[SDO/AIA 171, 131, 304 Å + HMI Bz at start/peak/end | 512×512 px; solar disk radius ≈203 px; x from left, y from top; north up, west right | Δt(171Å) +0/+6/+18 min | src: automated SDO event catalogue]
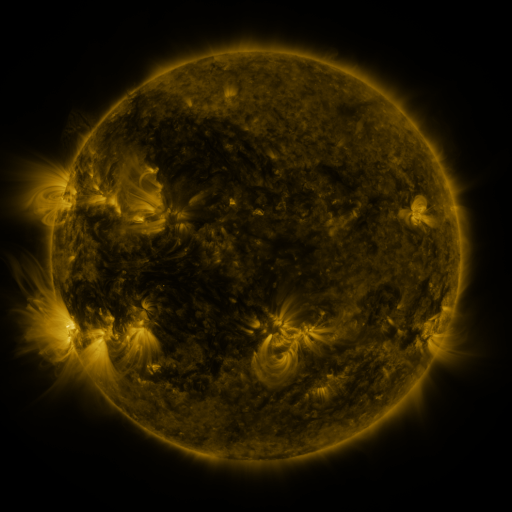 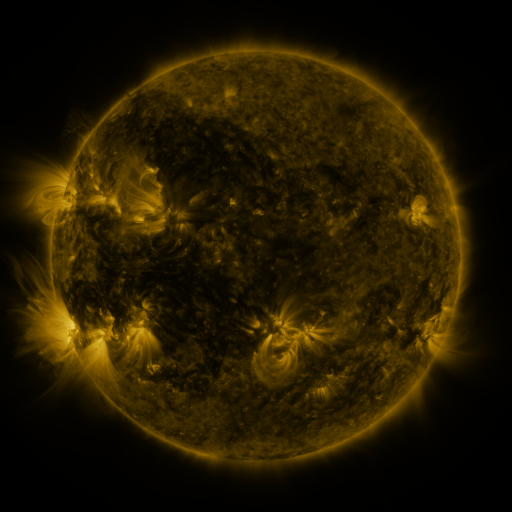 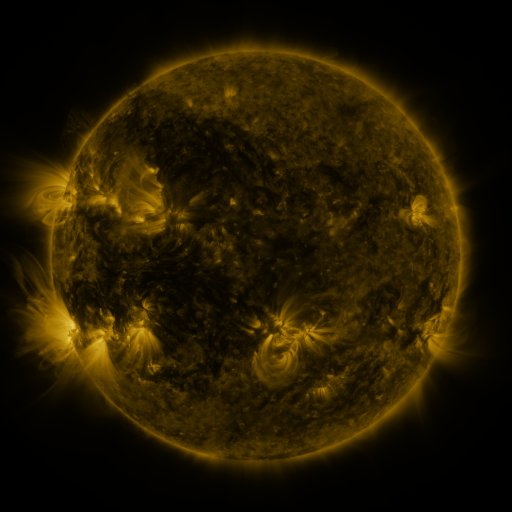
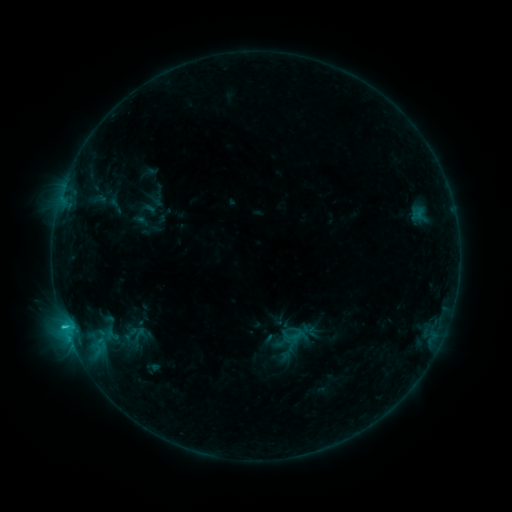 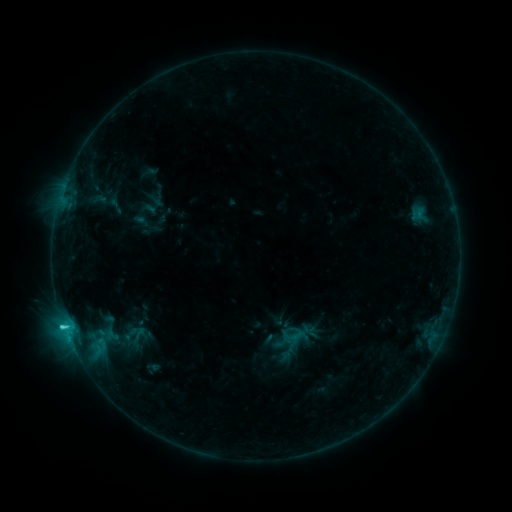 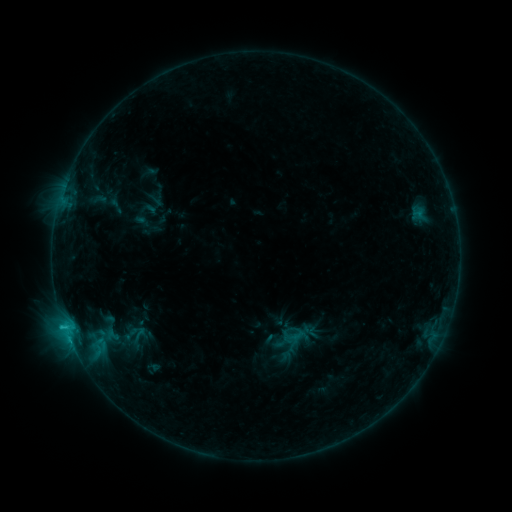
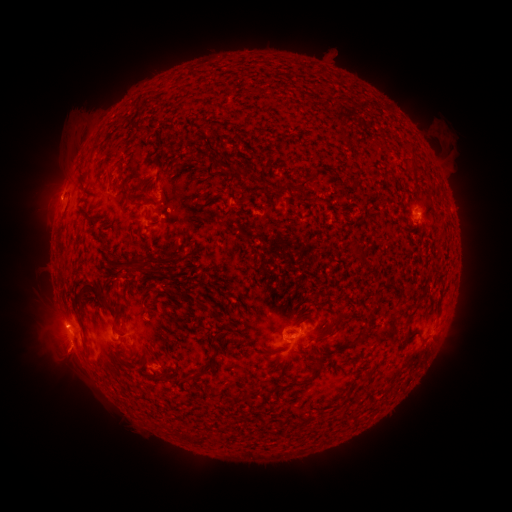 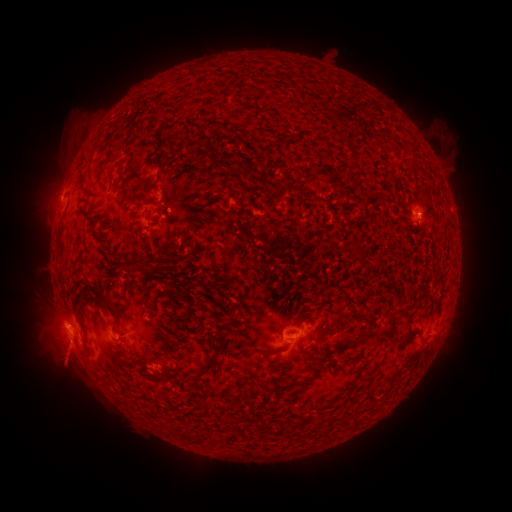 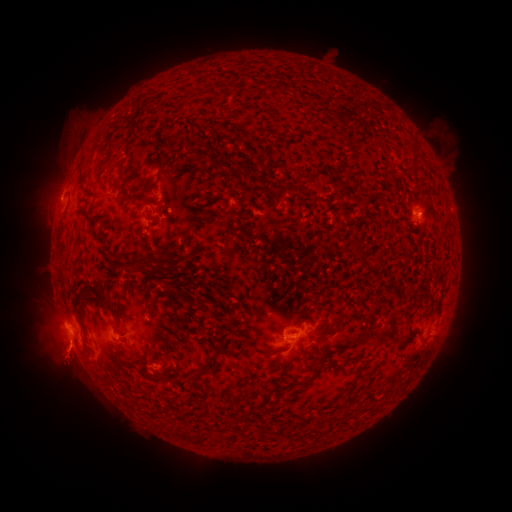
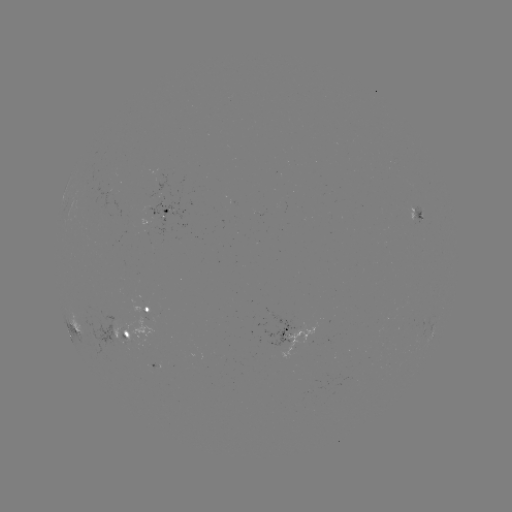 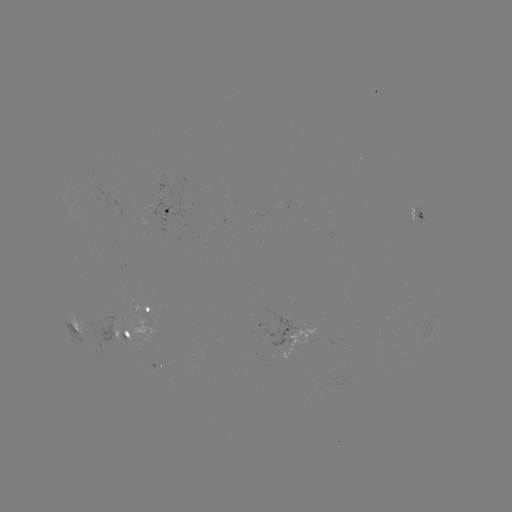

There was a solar flare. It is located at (65, 326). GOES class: C1.3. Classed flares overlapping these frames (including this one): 1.